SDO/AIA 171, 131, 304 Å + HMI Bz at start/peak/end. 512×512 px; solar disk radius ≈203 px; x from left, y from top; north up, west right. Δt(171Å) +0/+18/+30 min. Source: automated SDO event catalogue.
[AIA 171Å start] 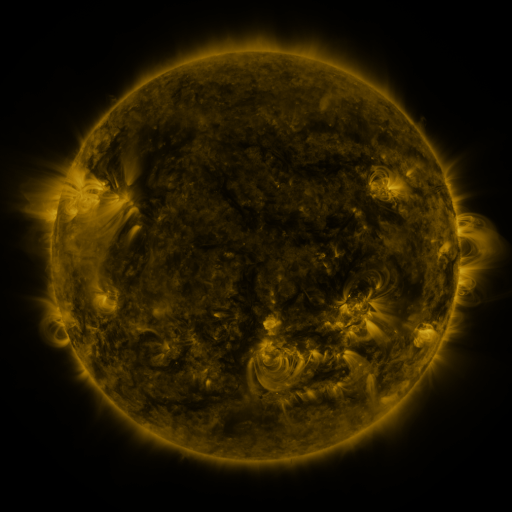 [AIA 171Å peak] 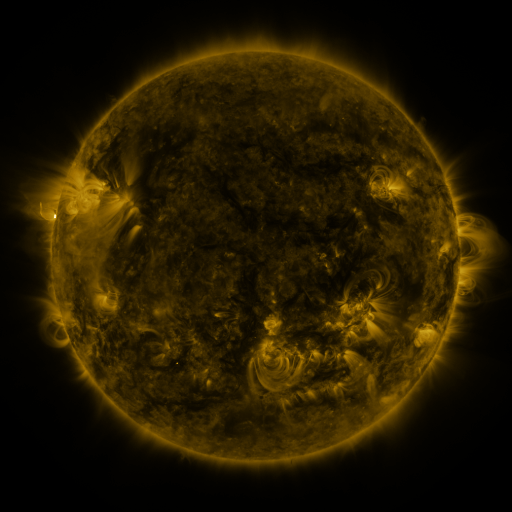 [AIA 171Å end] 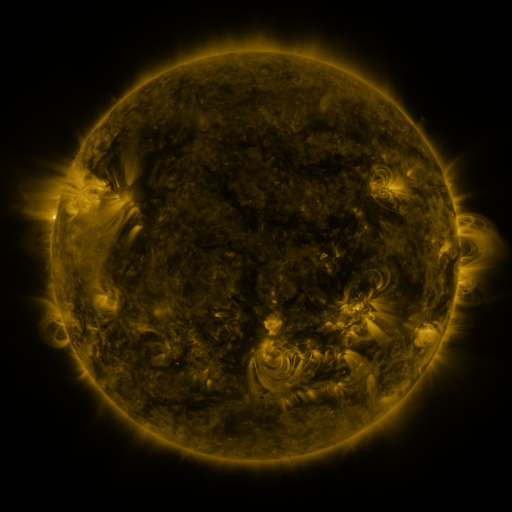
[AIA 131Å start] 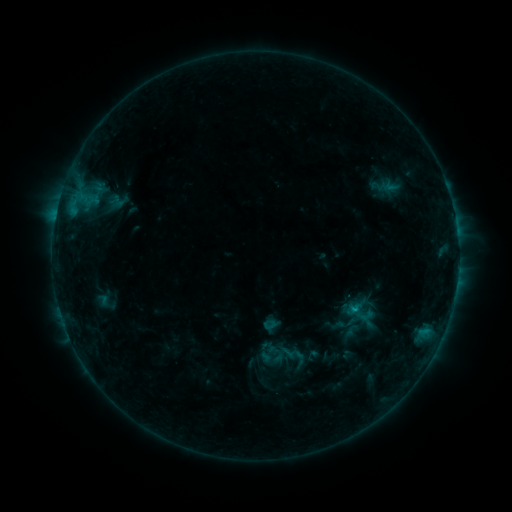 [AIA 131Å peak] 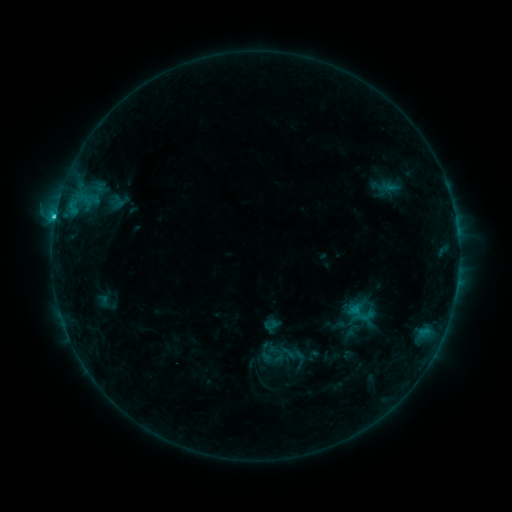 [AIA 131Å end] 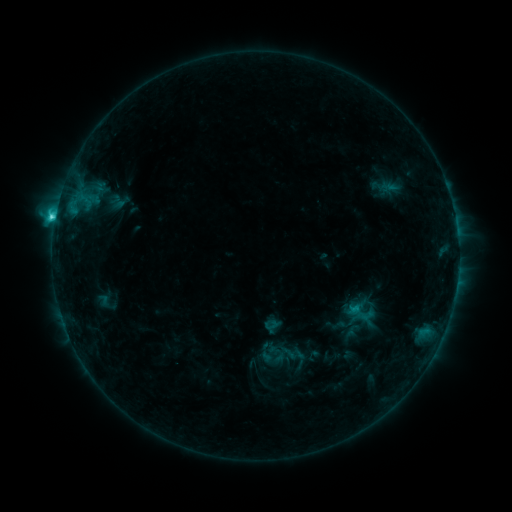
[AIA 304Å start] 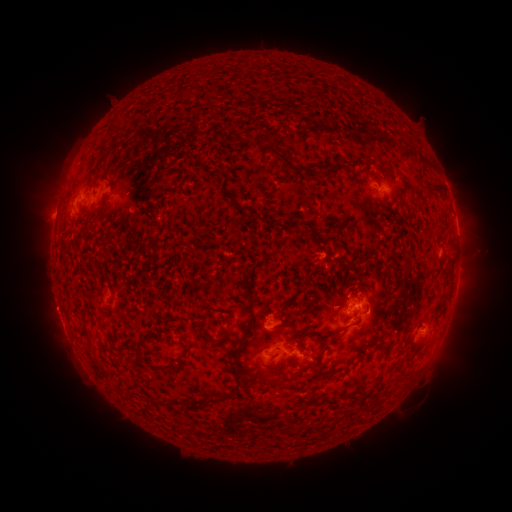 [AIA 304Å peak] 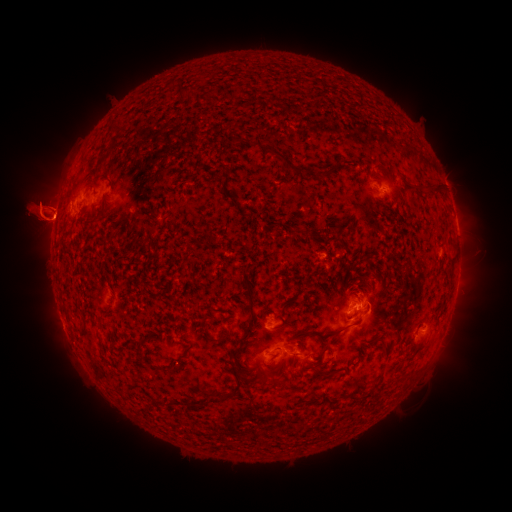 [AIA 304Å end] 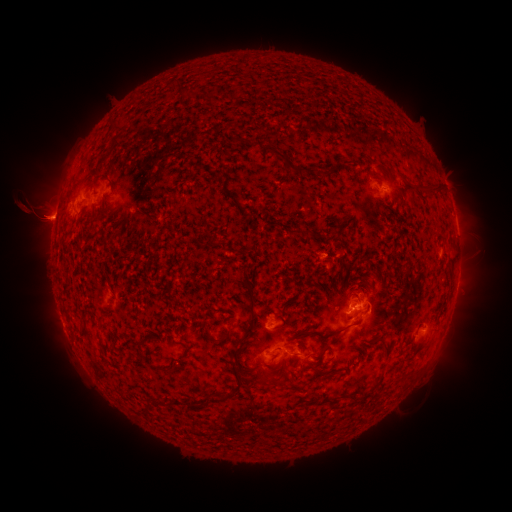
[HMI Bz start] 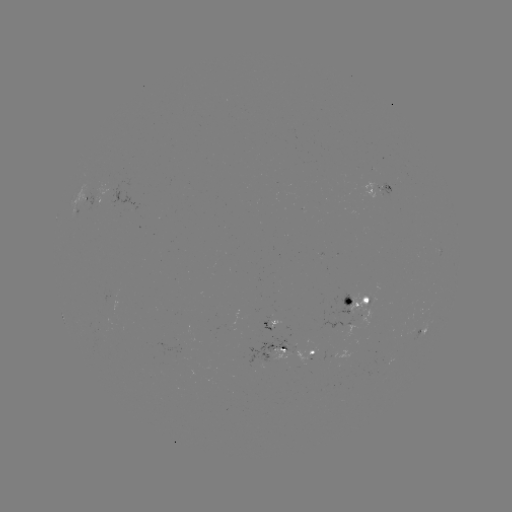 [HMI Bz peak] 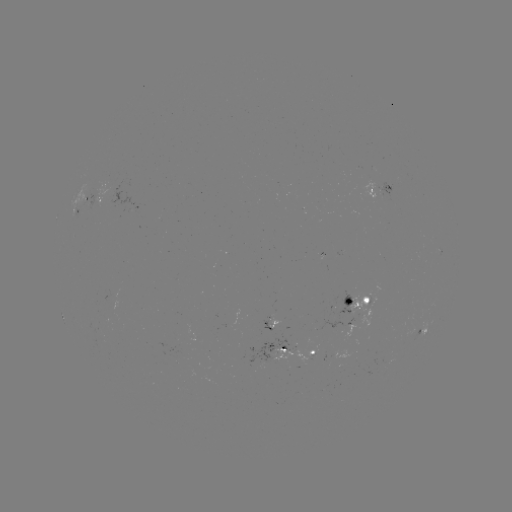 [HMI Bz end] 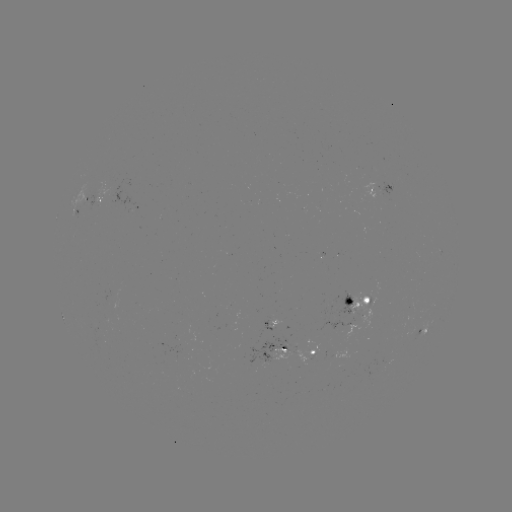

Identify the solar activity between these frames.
eruption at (38, 213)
